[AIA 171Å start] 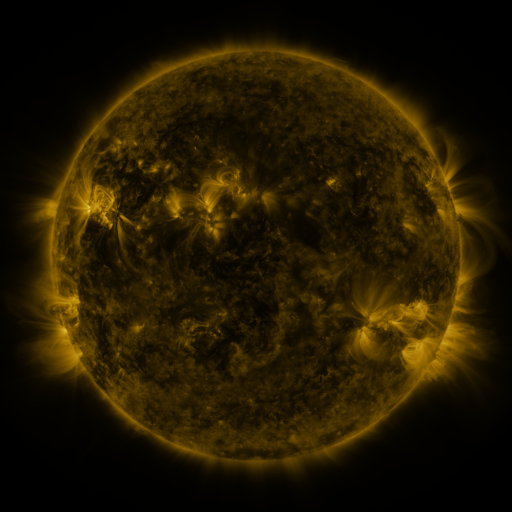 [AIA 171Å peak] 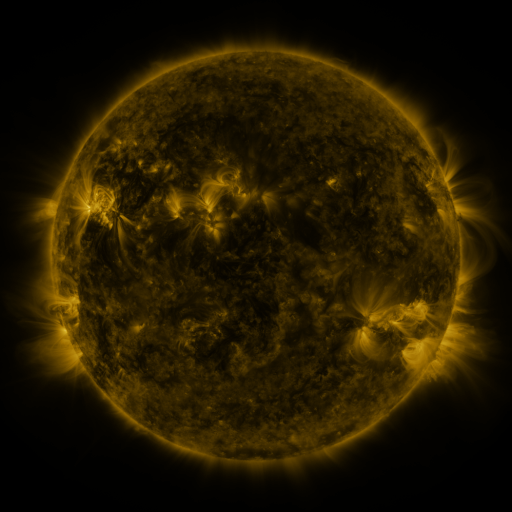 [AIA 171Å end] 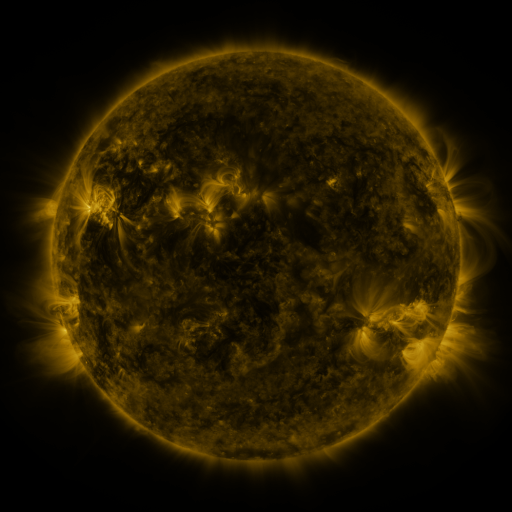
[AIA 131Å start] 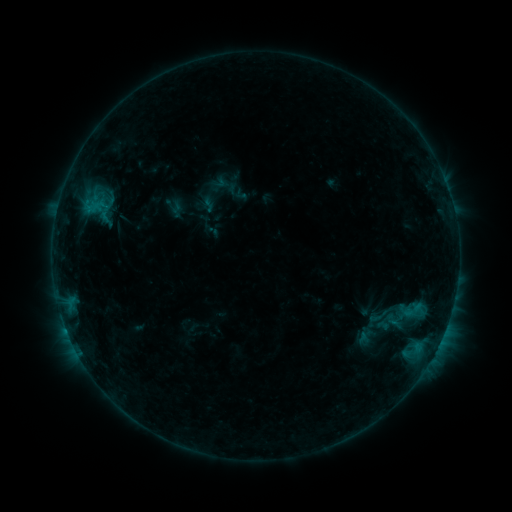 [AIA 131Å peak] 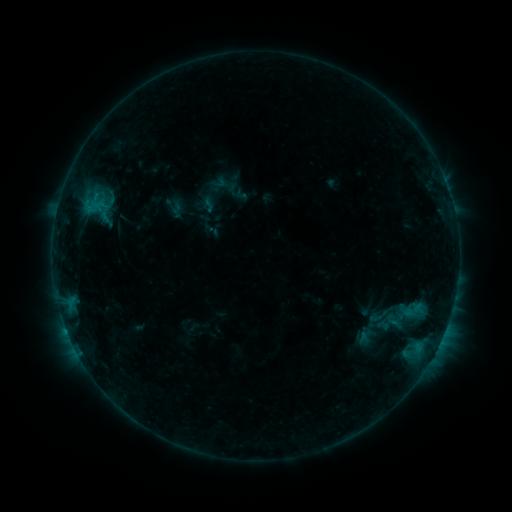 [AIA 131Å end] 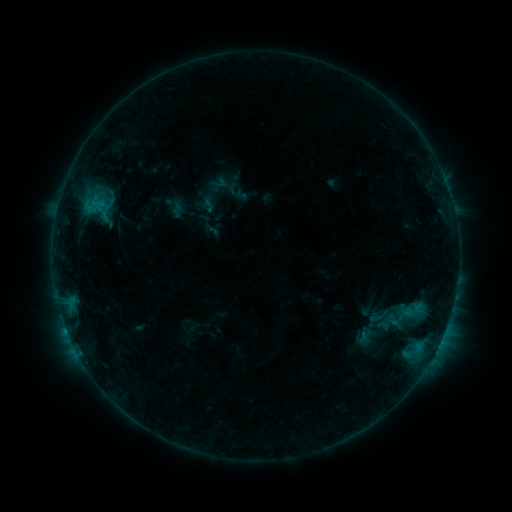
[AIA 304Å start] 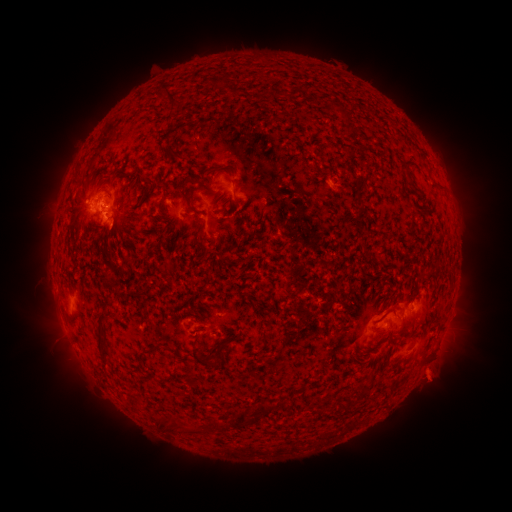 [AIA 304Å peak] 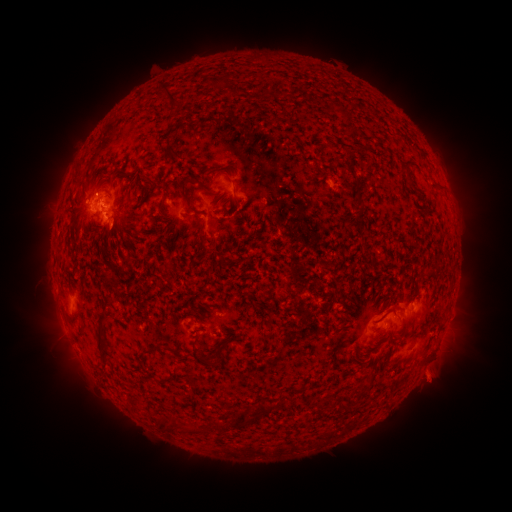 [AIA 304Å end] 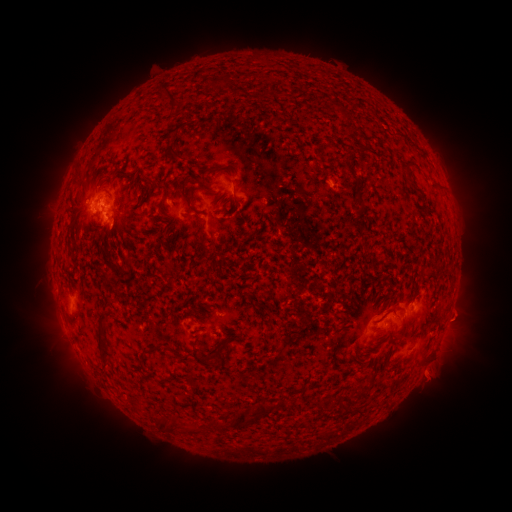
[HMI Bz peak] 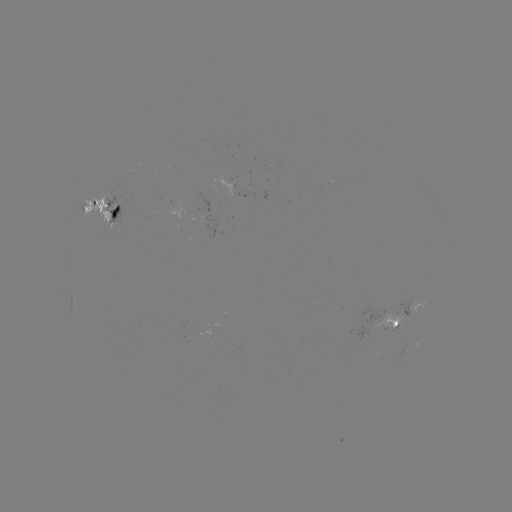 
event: eruption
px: (95, 178)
